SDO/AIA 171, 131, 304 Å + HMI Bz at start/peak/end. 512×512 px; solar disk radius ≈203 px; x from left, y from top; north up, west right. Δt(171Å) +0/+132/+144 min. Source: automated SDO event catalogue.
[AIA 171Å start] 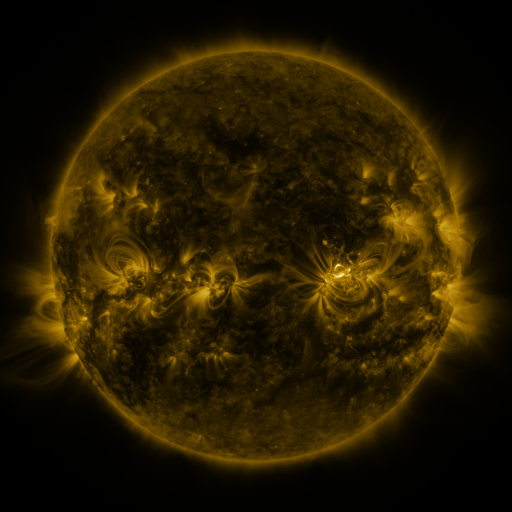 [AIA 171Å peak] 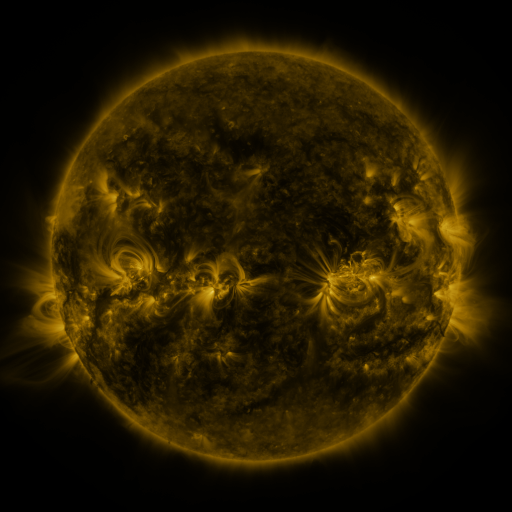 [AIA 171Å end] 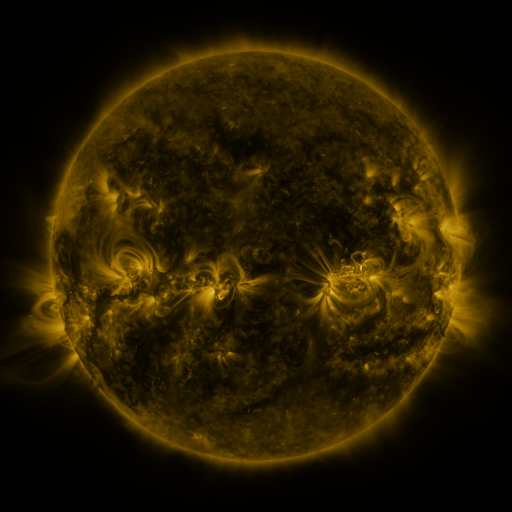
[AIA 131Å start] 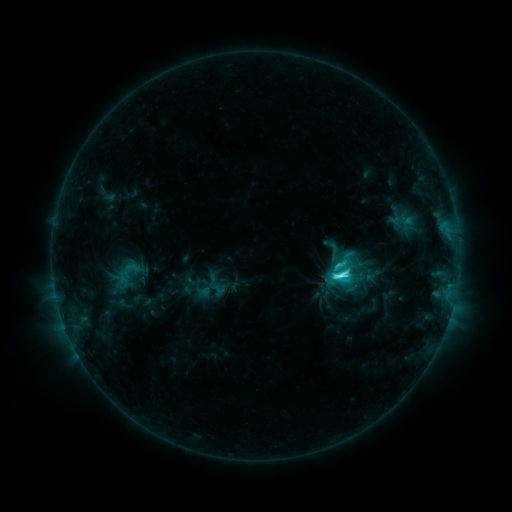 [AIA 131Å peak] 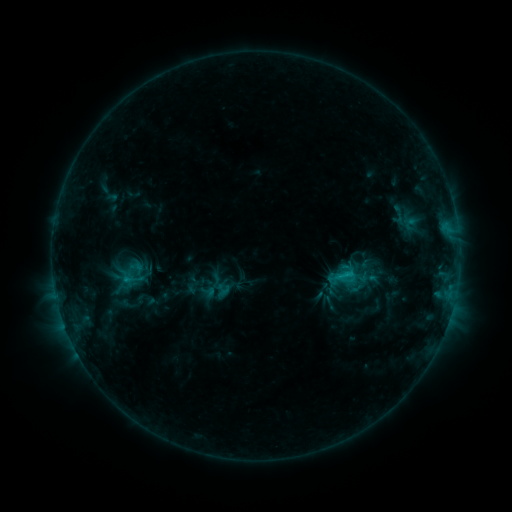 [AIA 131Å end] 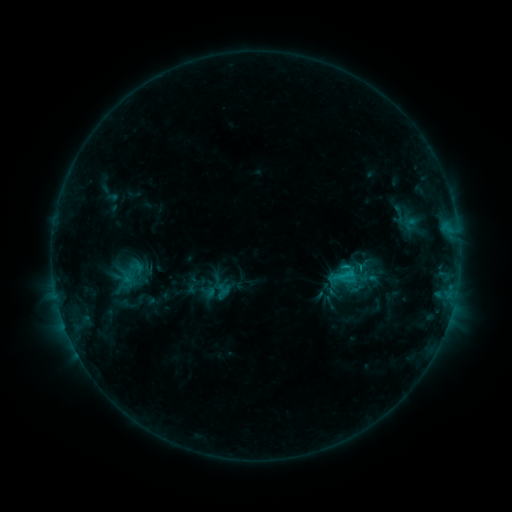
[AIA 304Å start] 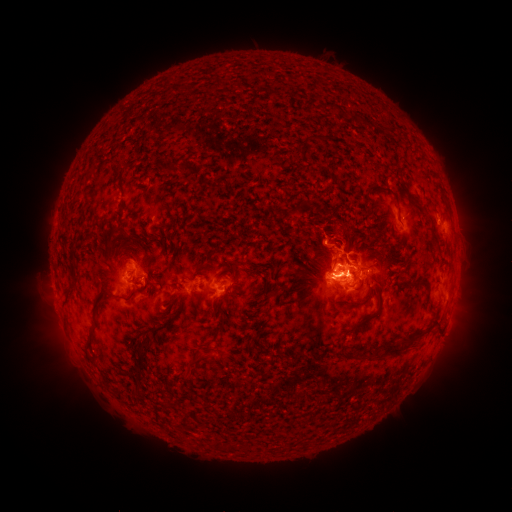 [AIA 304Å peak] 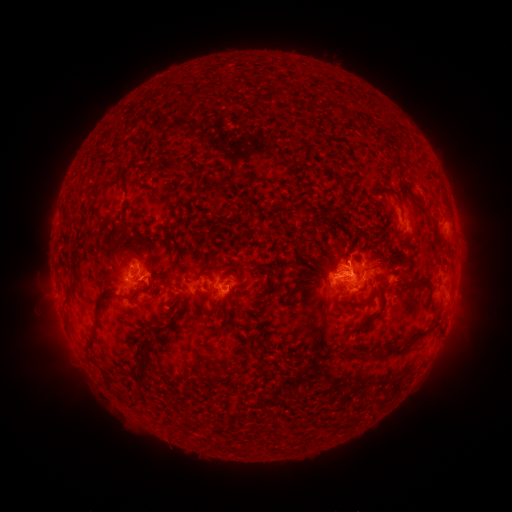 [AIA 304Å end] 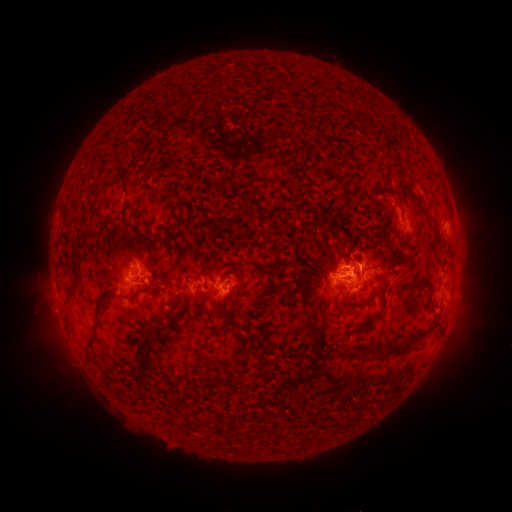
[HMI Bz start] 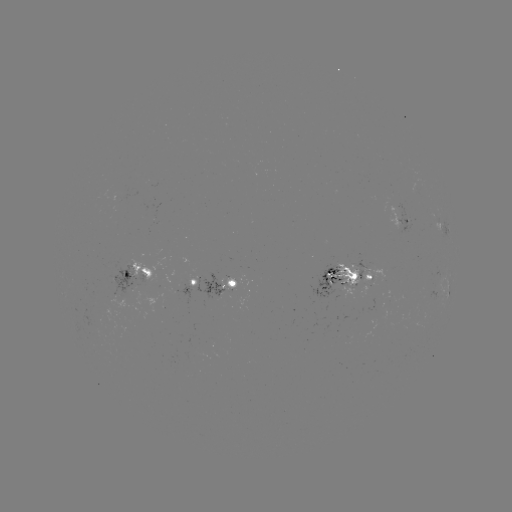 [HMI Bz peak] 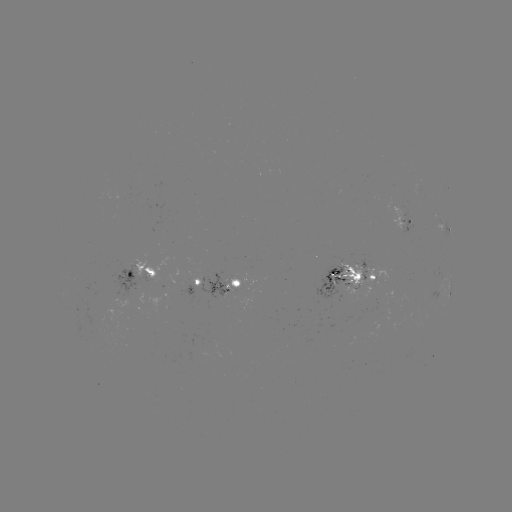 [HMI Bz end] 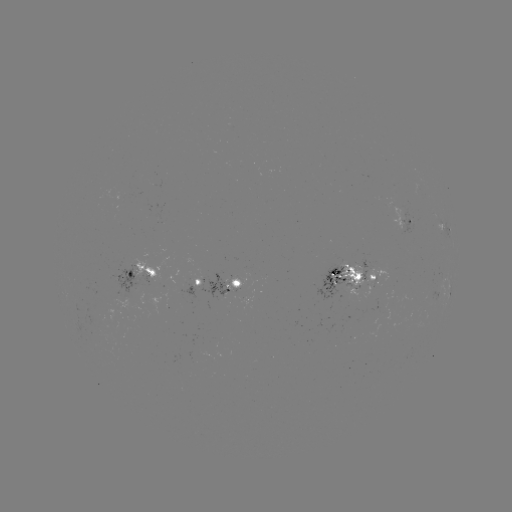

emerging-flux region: [315, 265, 345, 301]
